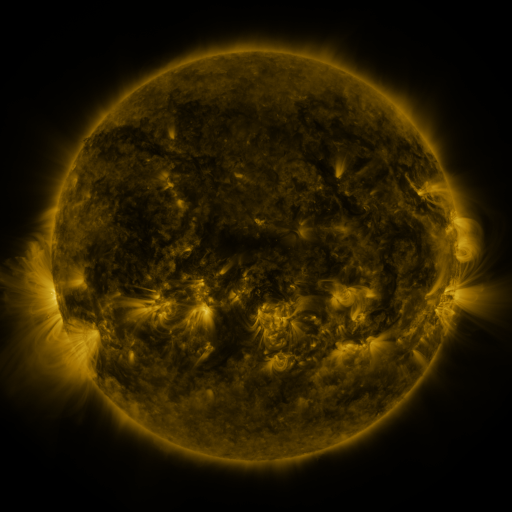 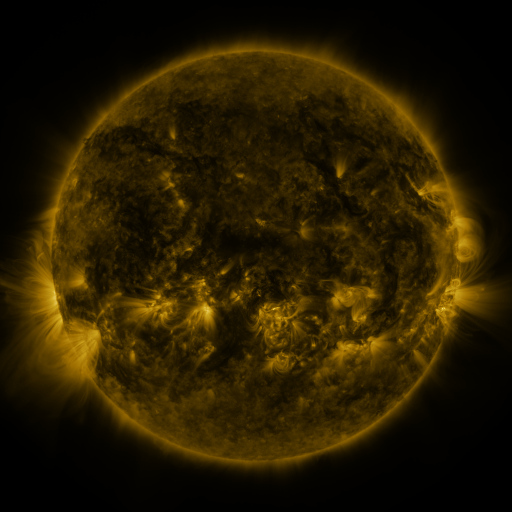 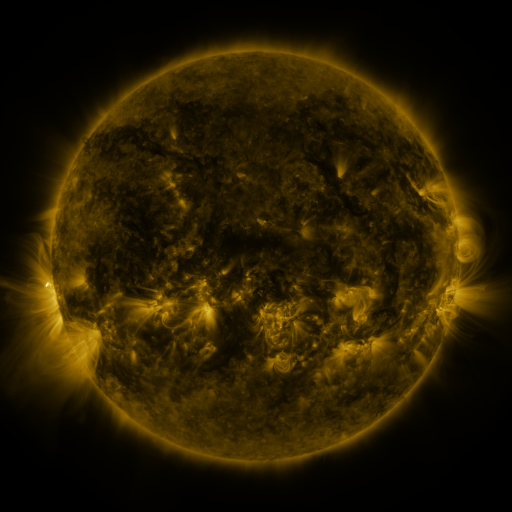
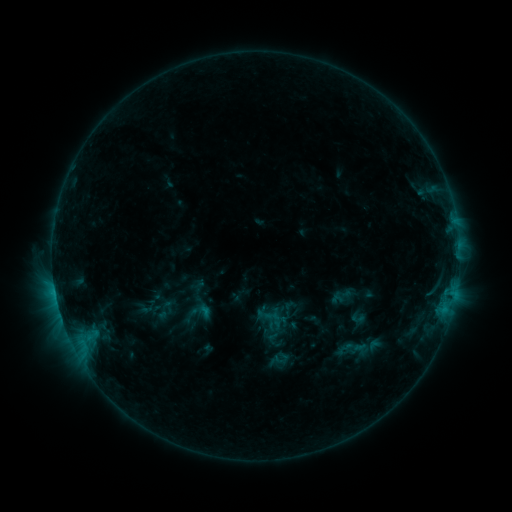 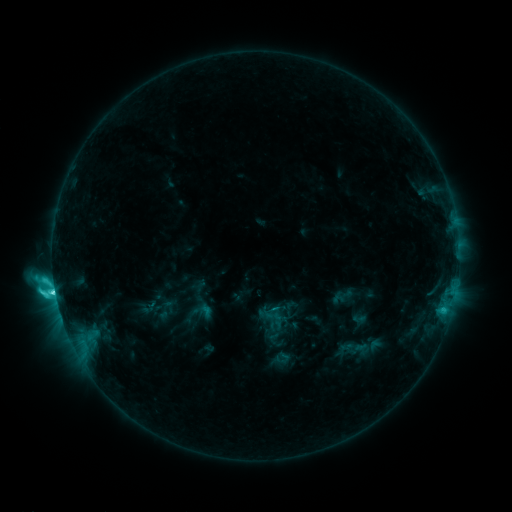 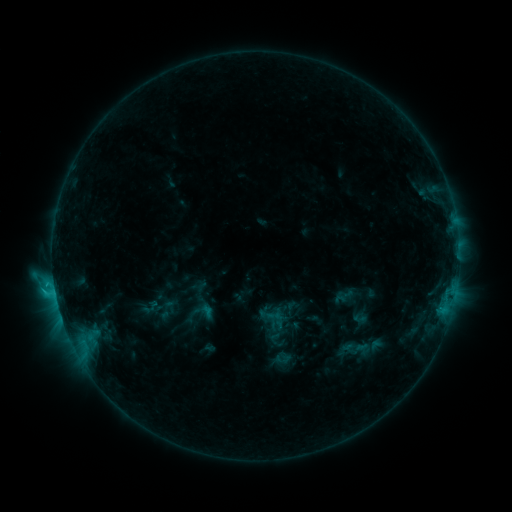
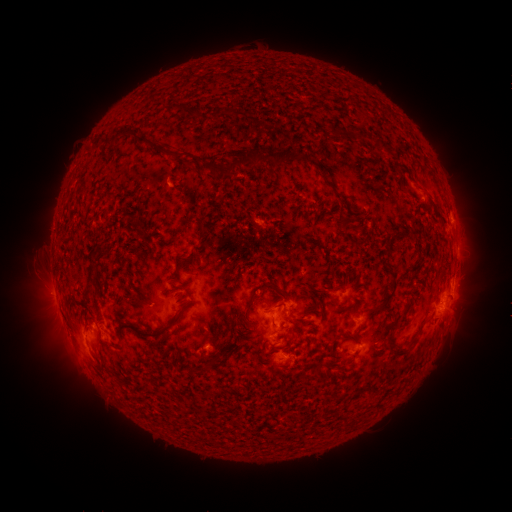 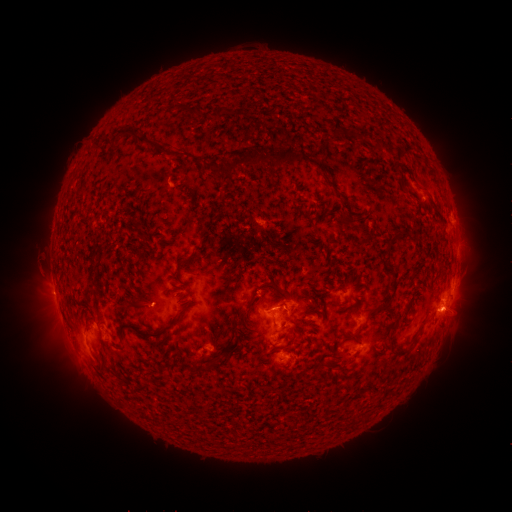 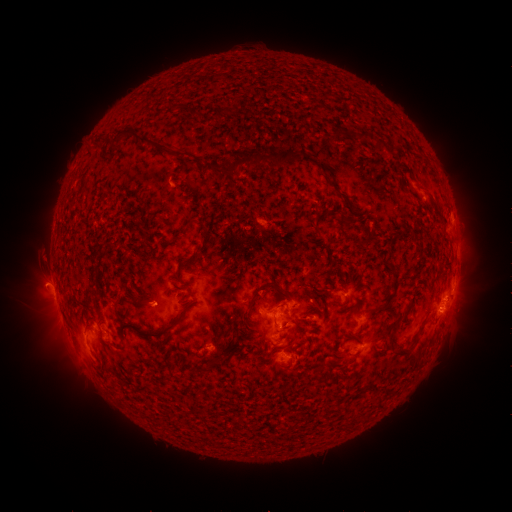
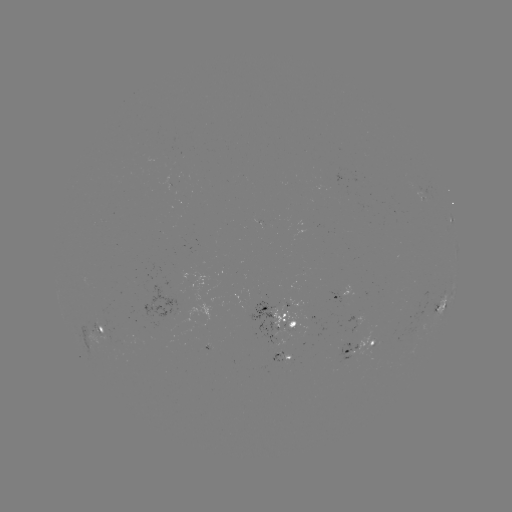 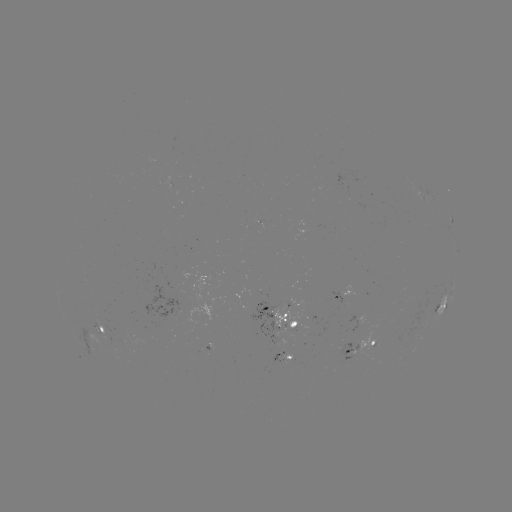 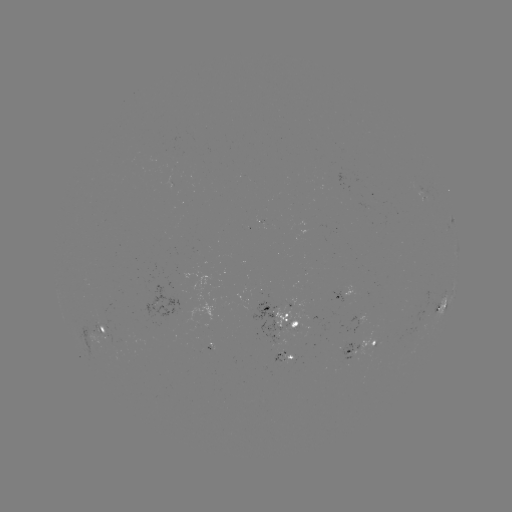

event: flare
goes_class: C6.8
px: (55, 291)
